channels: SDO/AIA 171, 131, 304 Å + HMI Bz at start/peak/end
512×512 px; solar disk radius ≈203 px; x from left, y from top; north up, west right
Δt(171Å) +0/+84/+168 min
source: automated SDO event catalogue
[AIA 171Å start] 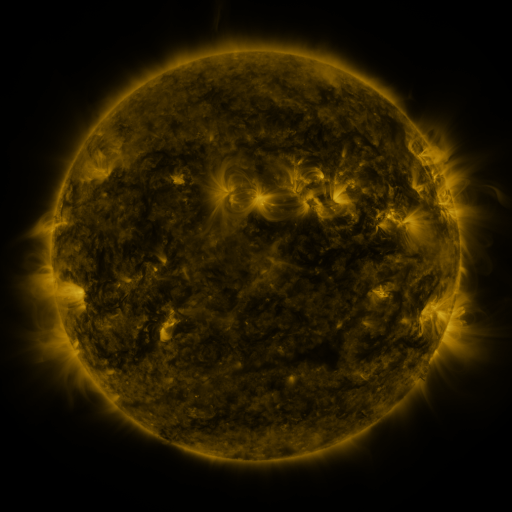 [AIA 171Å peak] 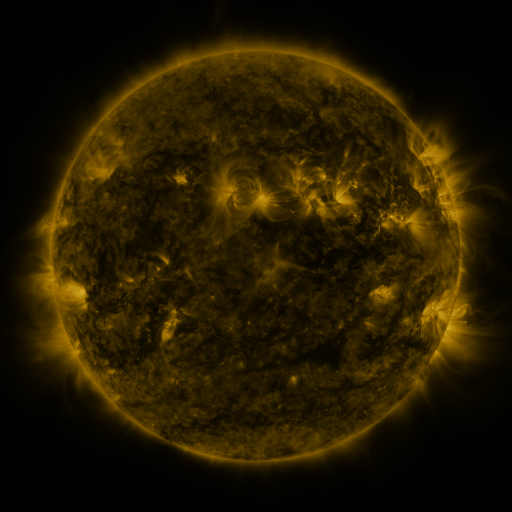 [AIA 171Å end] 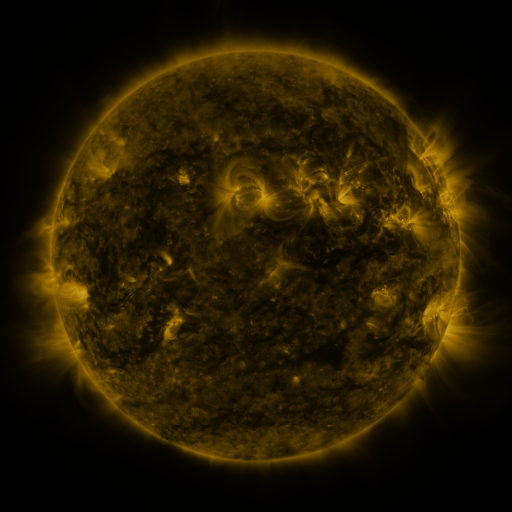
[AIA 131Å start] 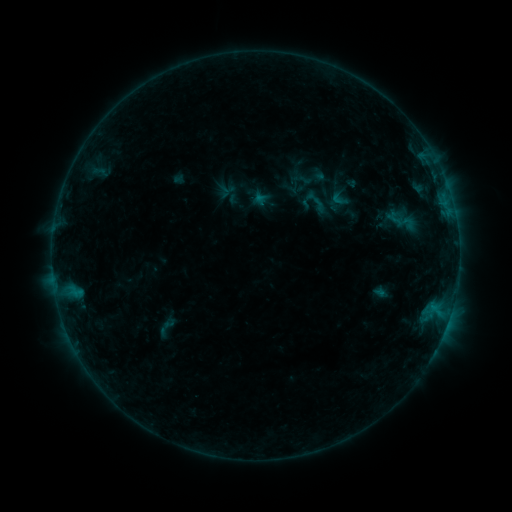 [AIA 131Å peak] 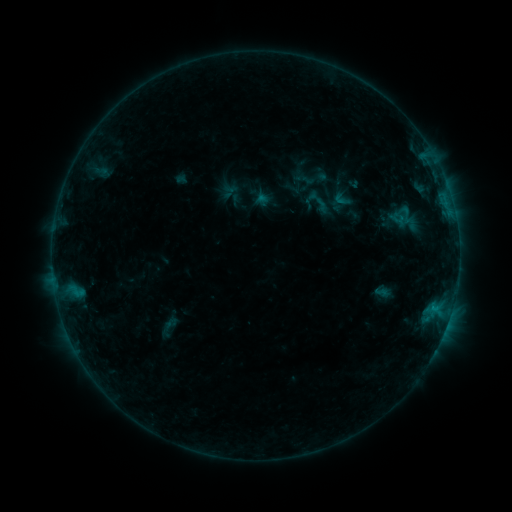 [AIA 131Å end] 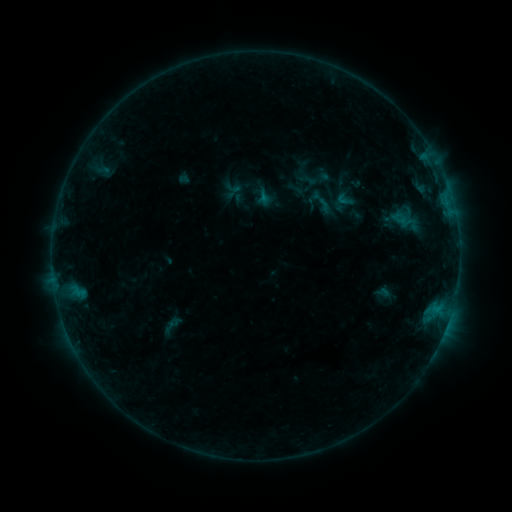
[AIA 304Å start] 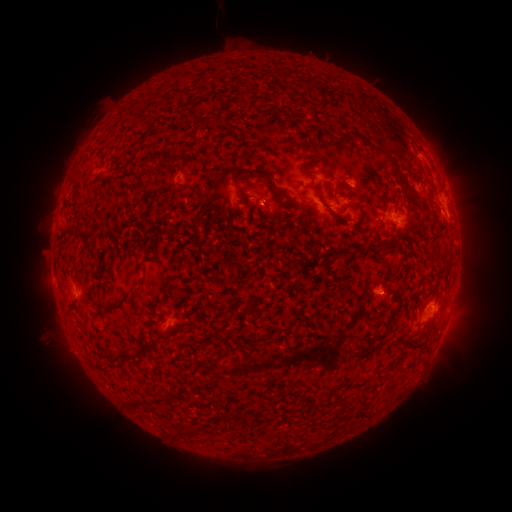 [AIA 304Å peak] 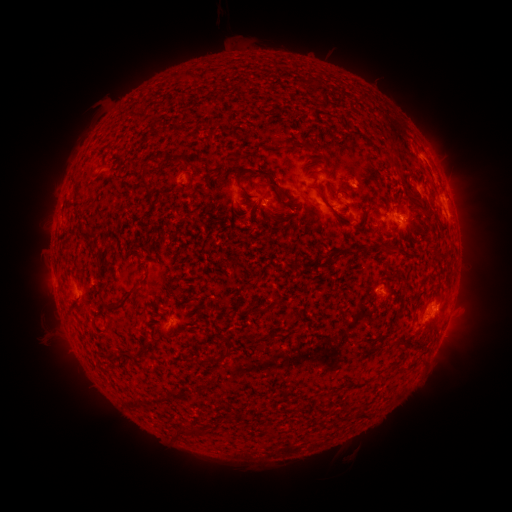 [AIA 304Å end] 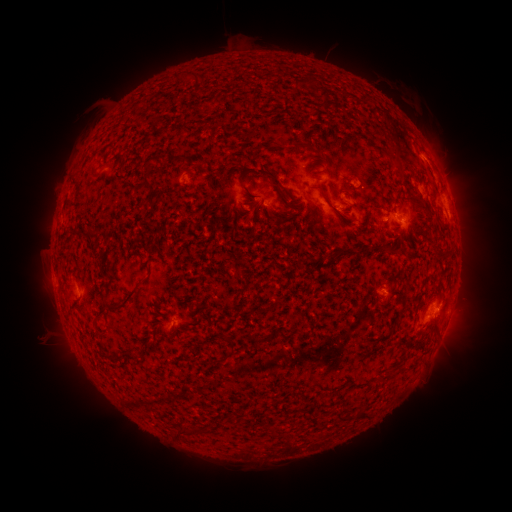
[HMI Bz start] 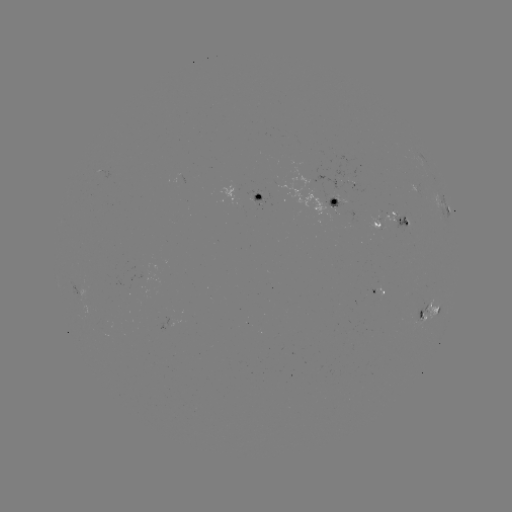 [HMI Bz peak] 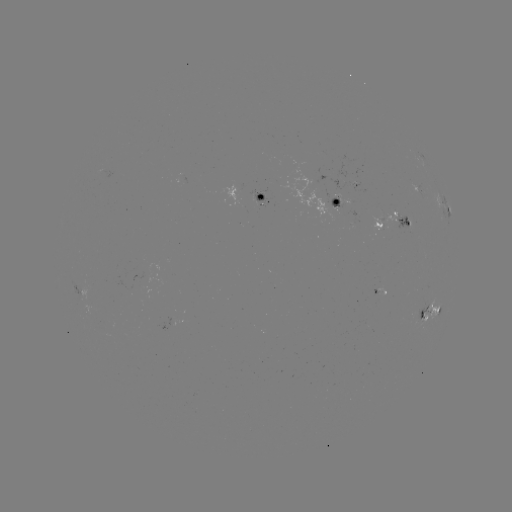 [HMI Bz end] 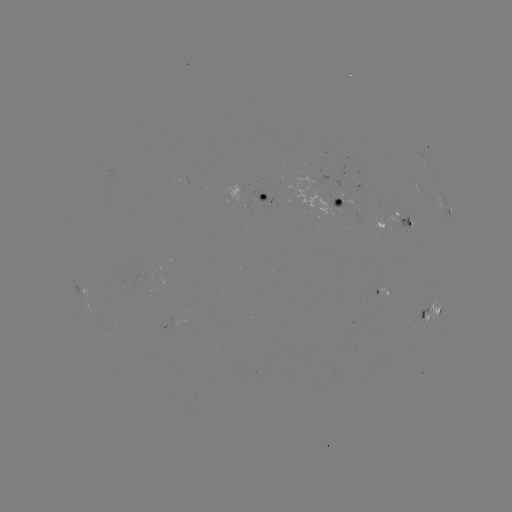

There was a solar filament eruption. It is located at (326, 450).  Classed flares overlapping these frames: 1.